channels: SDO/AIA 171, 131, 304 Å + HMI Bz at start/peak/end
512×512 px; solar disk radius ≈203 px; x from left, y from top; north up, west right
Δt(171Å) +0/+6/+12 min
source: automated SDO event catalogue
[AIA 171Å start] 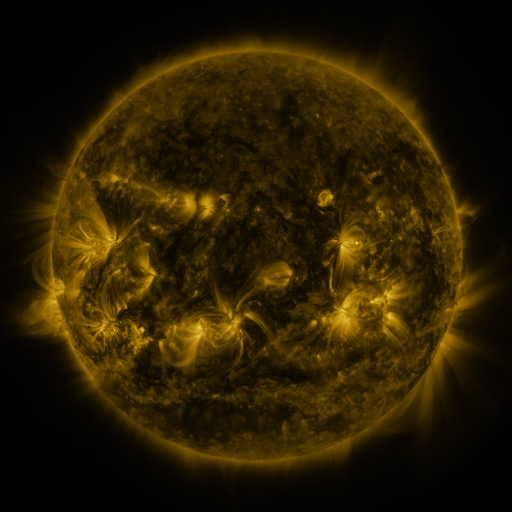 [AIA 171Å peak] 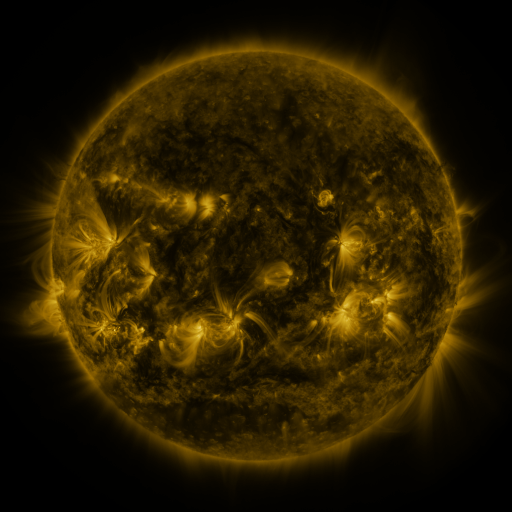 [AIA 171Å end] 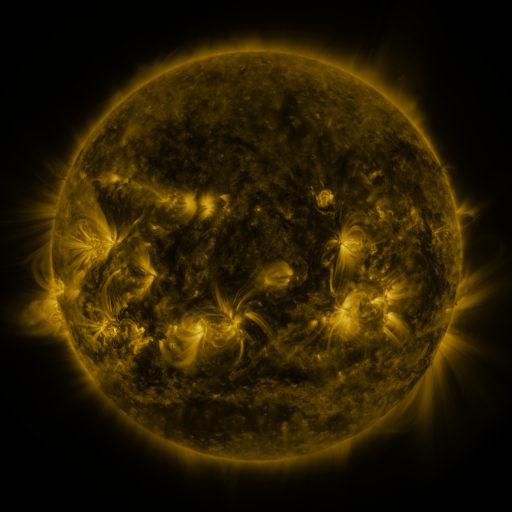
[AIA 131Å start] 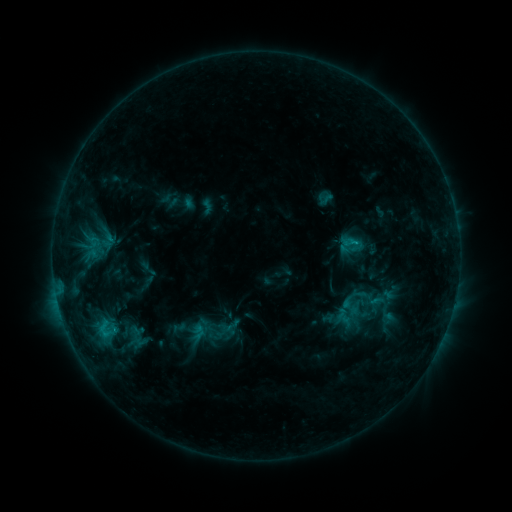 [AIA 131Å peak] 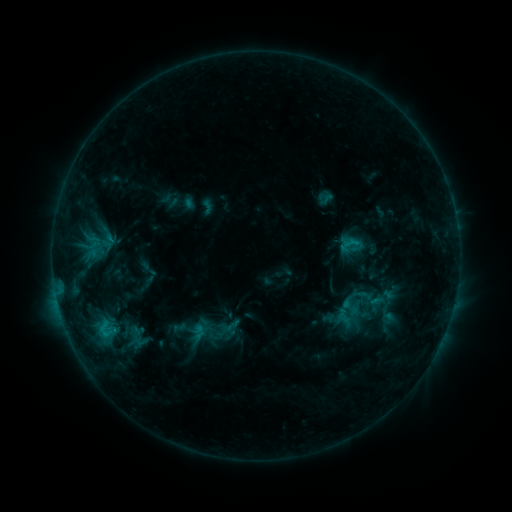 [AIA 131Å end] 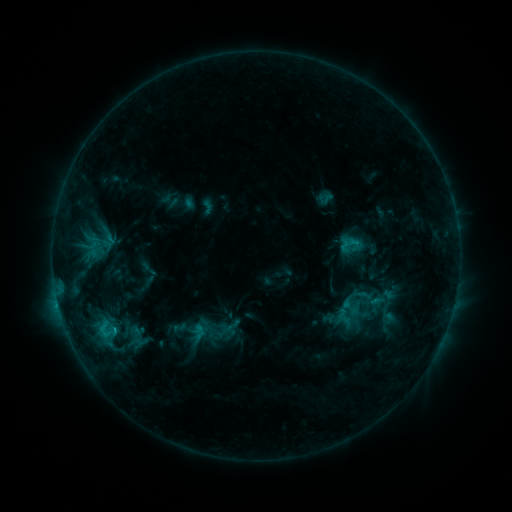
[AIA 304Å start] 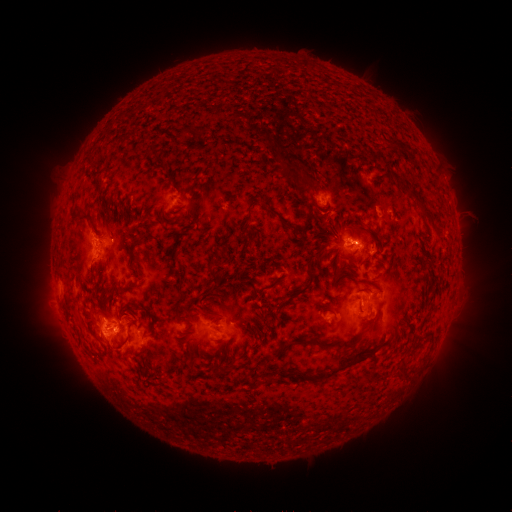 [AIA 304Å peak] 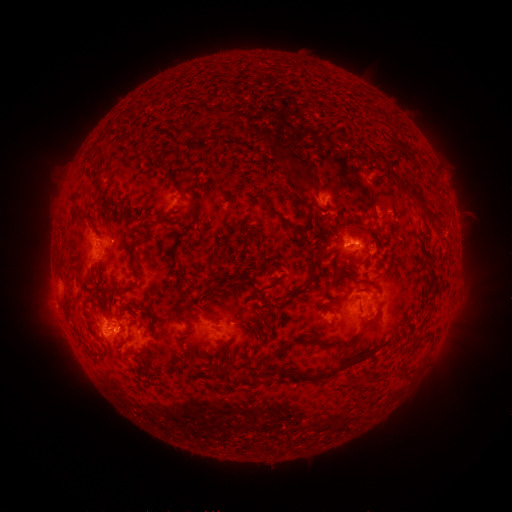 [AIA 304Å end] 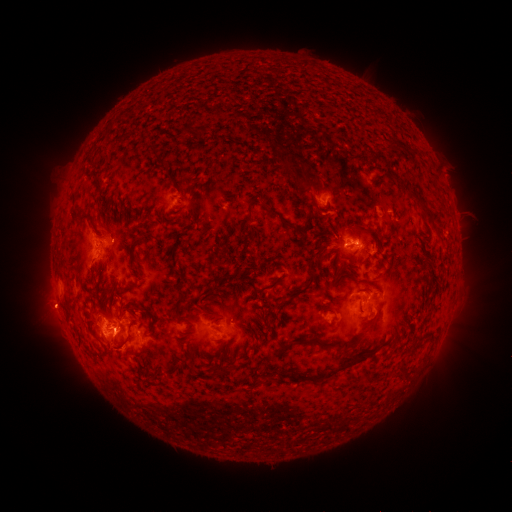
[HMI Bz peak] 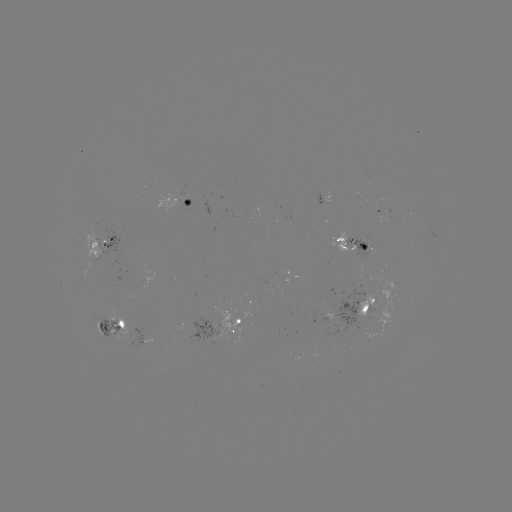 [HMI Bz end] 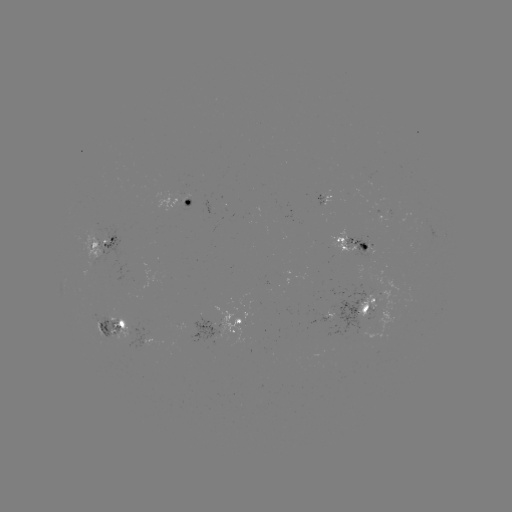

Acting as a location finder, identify eruption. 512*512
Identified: (52, 310).